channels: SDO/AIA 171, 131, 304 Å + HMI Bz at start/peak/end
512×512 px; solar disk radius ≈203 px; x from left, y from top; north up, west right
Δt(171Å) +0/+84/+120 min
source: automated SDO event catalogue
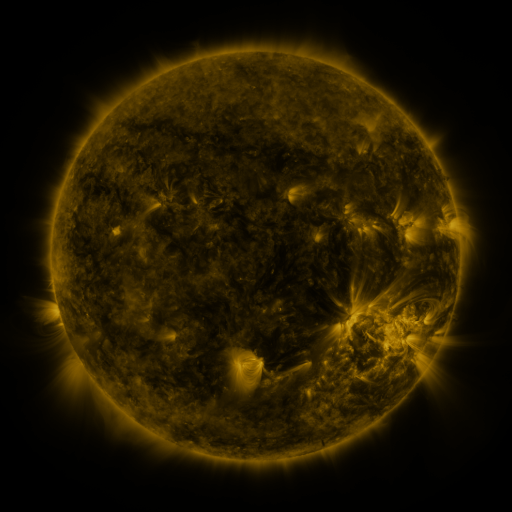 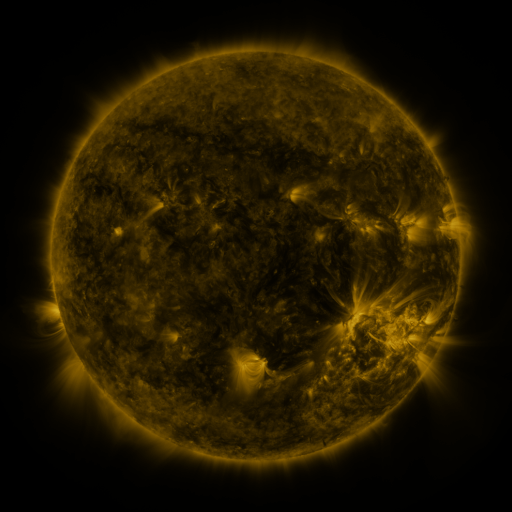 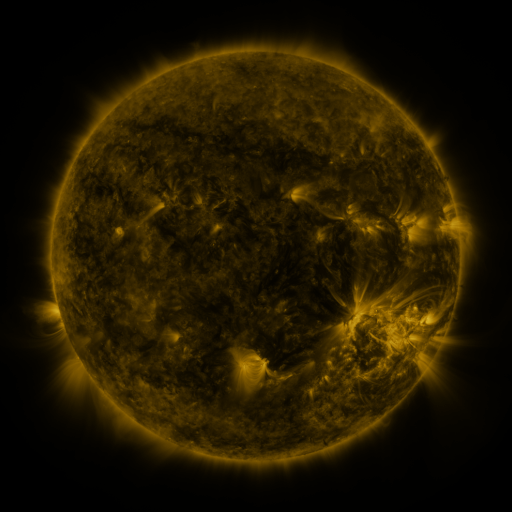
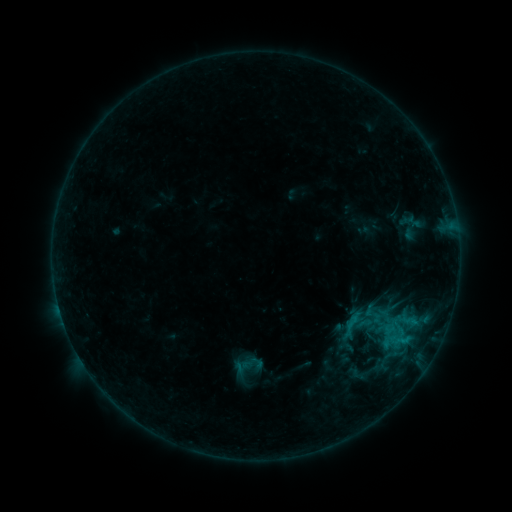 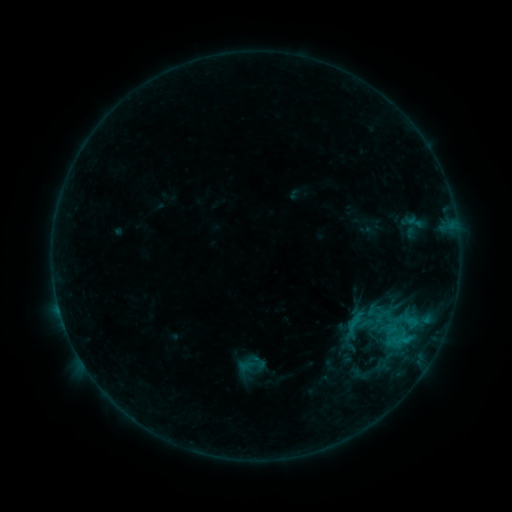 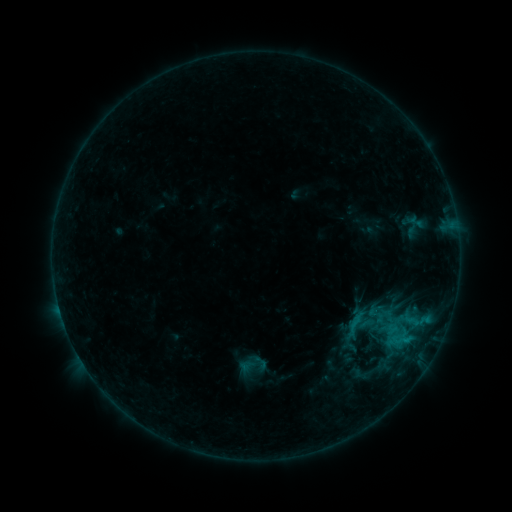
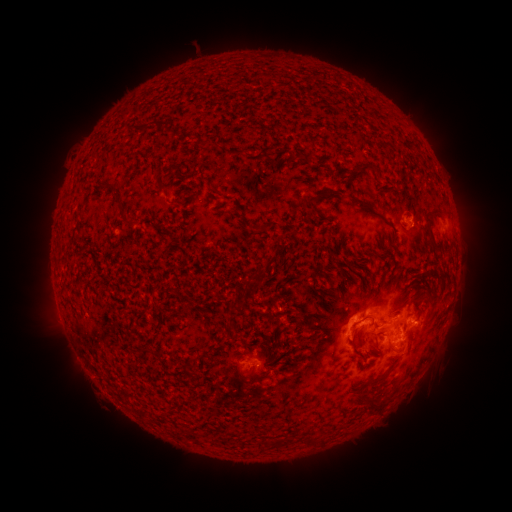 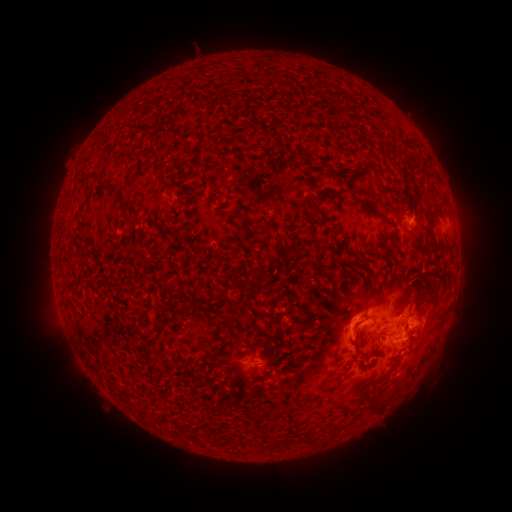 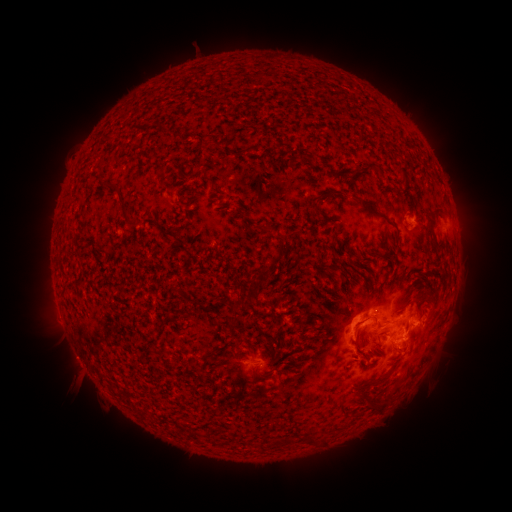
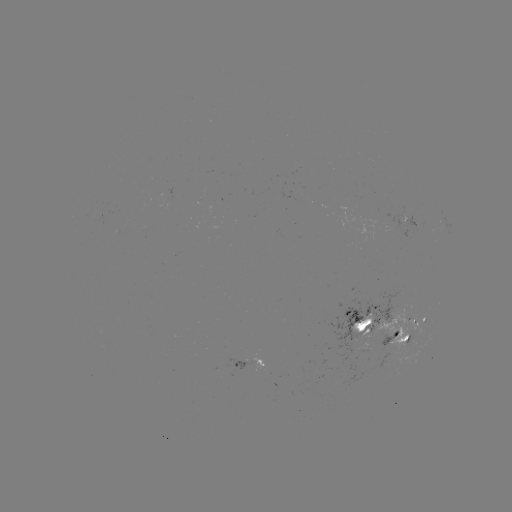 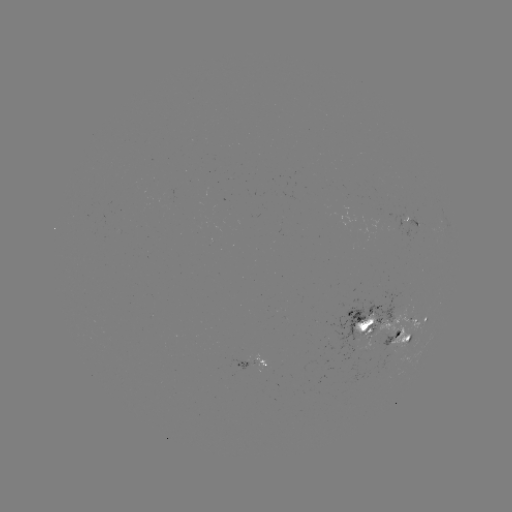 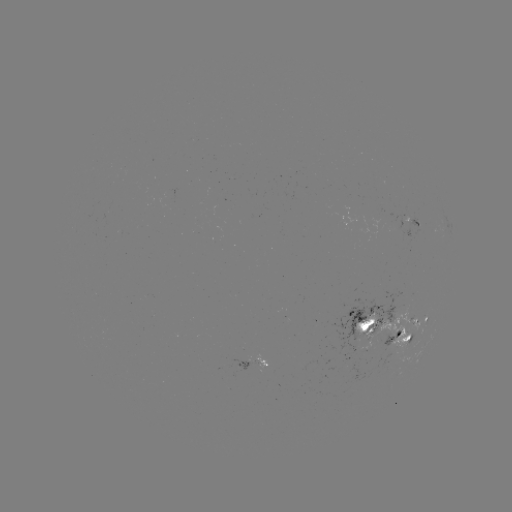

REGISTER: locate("emerging-flux region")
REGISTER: (369, 342)